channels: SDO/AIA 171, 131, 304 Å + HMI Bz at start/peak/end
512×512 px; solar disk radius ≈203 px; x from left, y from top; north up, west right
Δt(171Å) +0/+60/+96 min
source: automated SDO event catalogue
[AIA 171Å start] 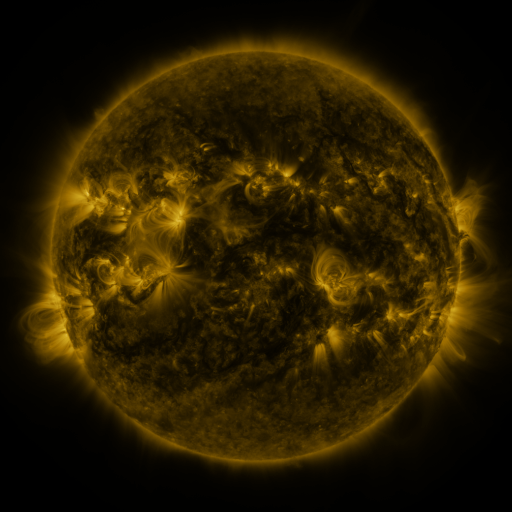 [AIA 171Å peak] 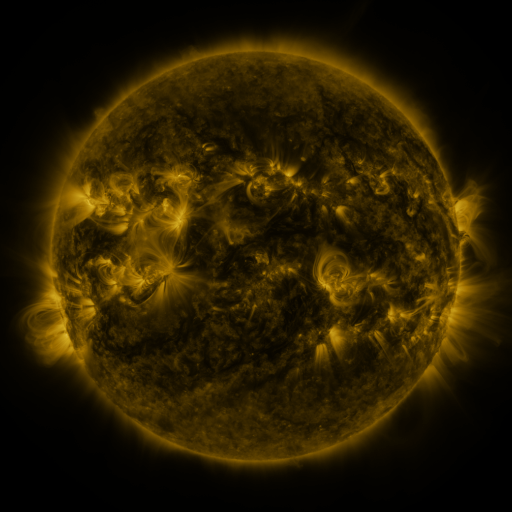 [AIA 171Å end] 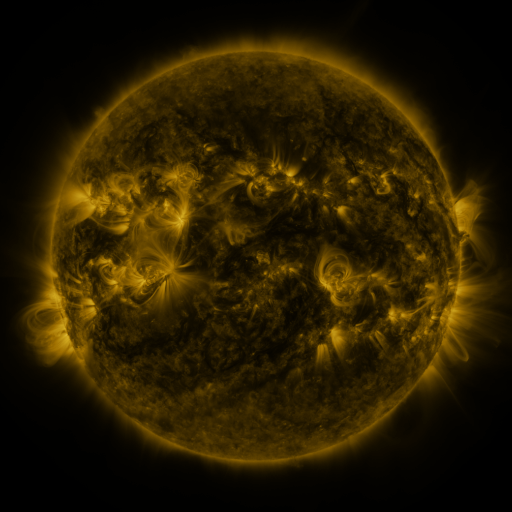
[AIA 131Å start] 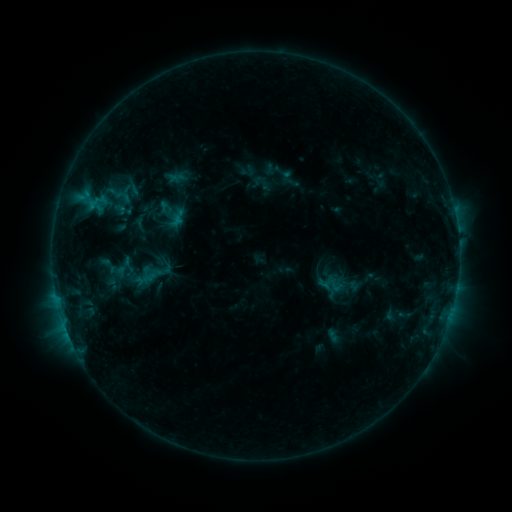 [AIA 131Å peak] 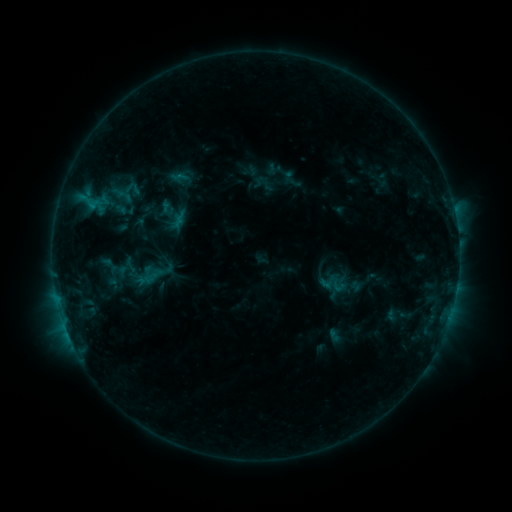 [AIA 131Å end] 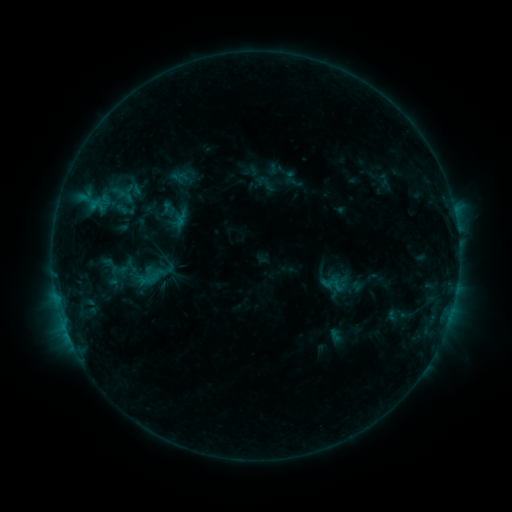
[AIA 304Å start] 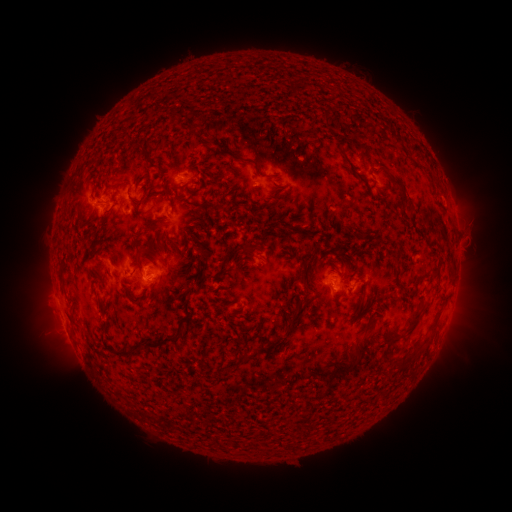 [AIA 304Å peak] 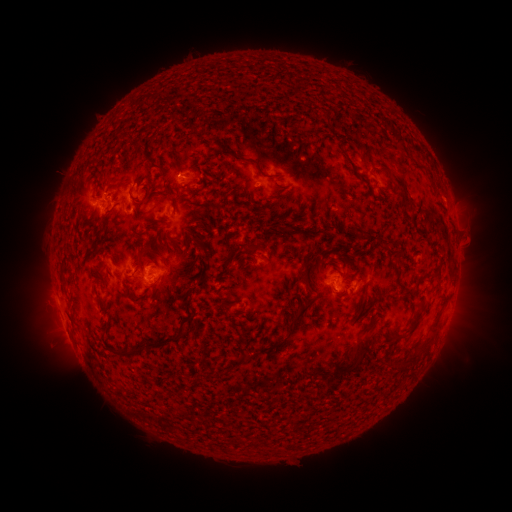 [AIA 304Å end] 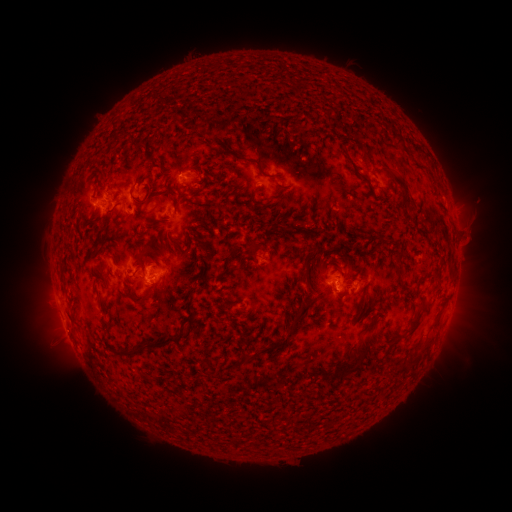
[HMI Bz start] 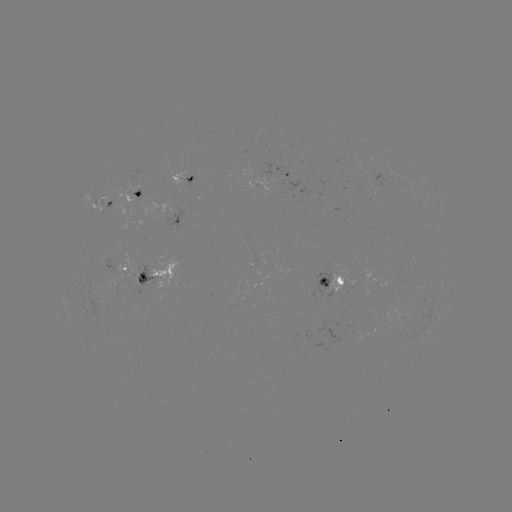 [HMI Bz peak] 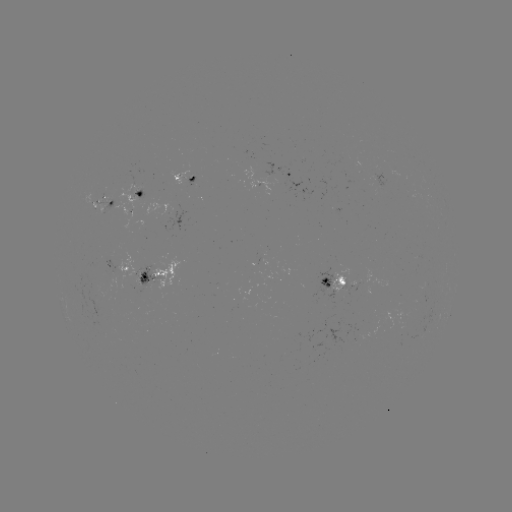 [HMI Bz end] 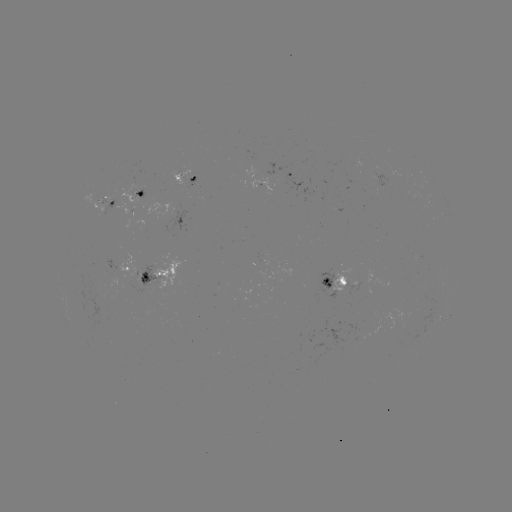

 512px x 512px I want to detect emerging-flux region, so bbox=[413, 258, 415, 274].